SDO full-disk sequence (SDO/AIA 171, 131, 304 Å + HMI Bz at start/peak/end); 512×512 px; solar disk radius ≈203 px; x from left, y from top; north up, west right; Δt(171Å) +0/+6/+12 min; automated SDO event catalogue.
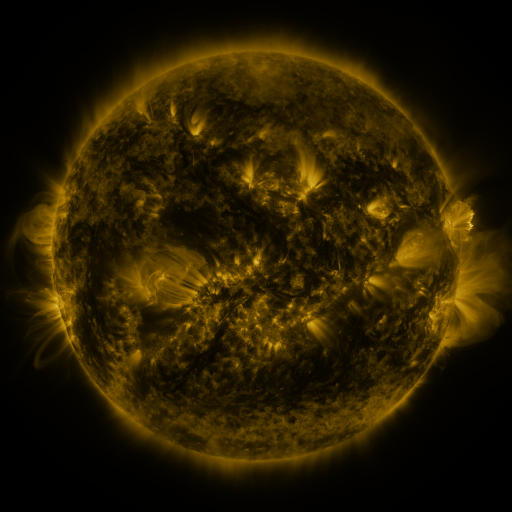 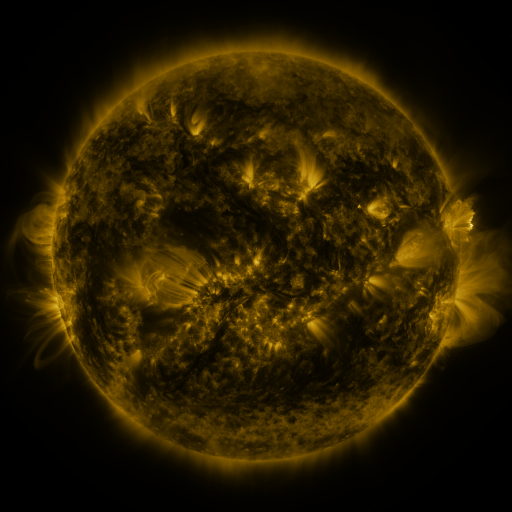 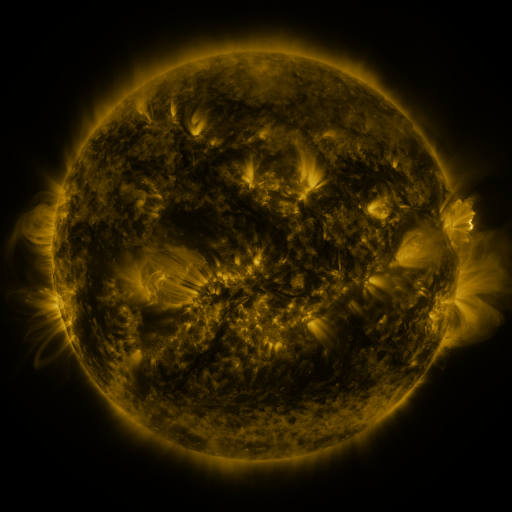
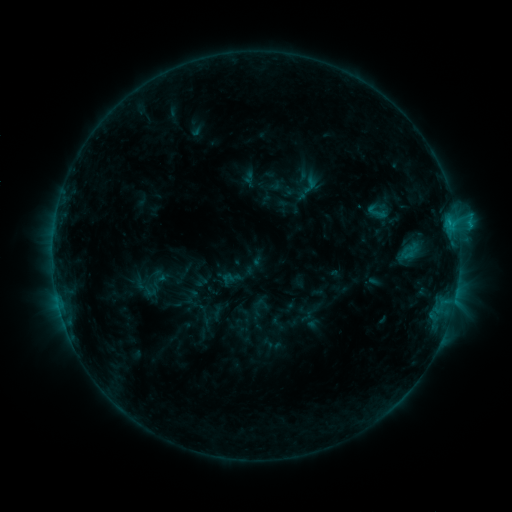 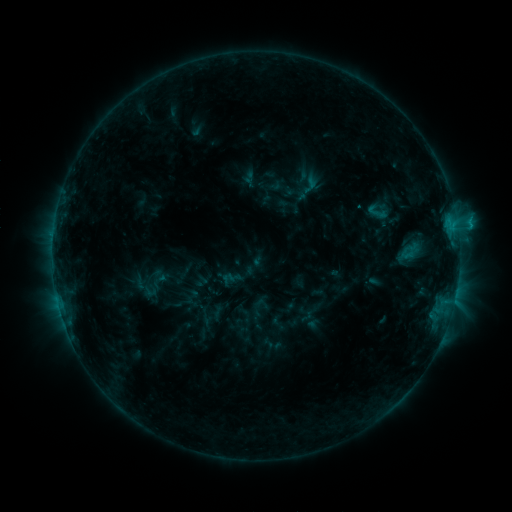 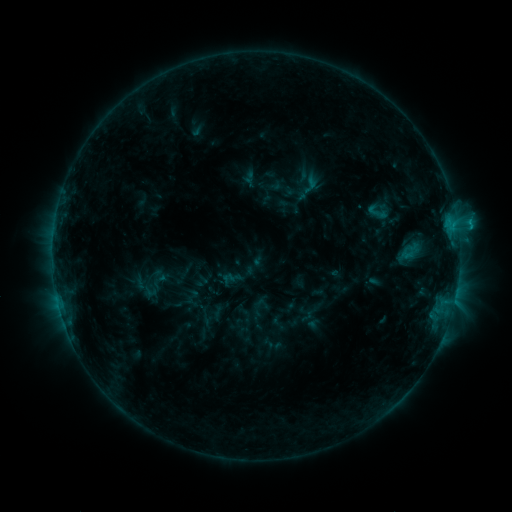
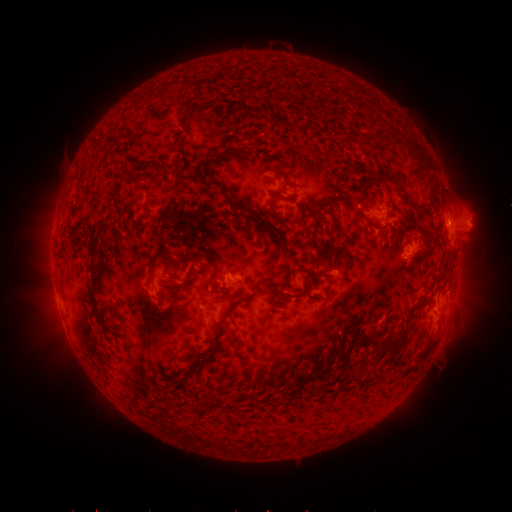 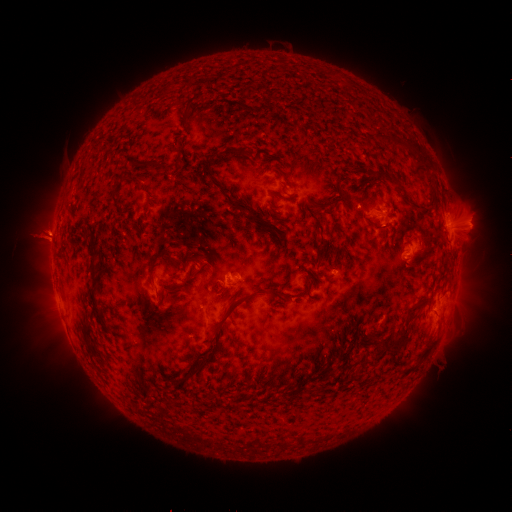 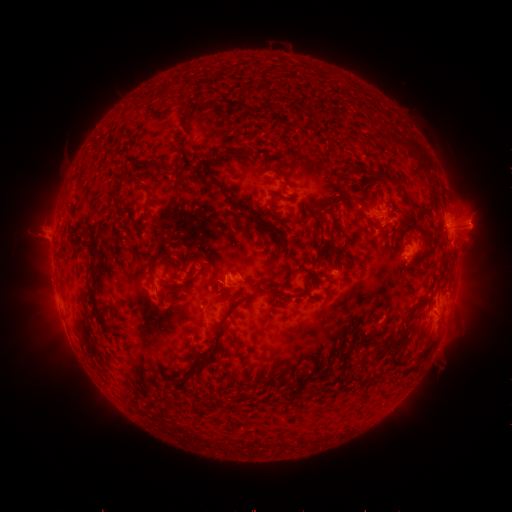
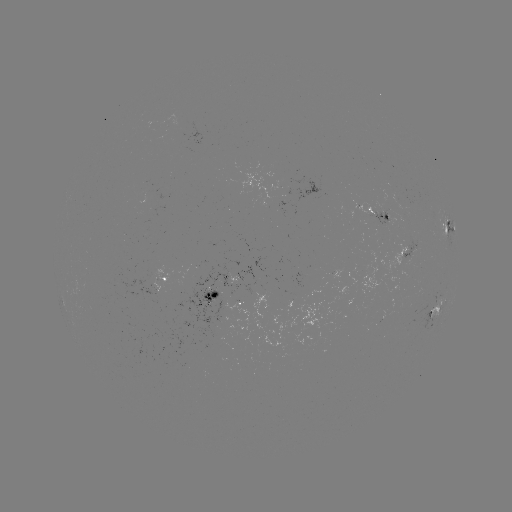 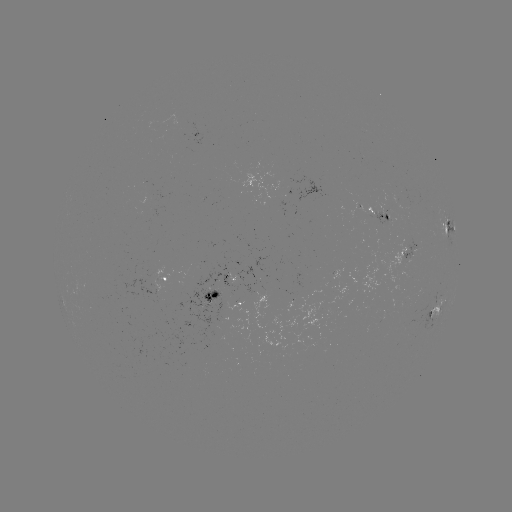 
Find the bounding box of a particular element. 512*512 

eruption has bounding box [12, 207, 74, 268].